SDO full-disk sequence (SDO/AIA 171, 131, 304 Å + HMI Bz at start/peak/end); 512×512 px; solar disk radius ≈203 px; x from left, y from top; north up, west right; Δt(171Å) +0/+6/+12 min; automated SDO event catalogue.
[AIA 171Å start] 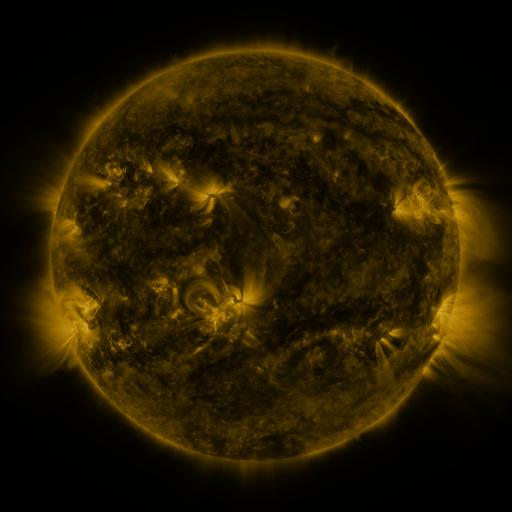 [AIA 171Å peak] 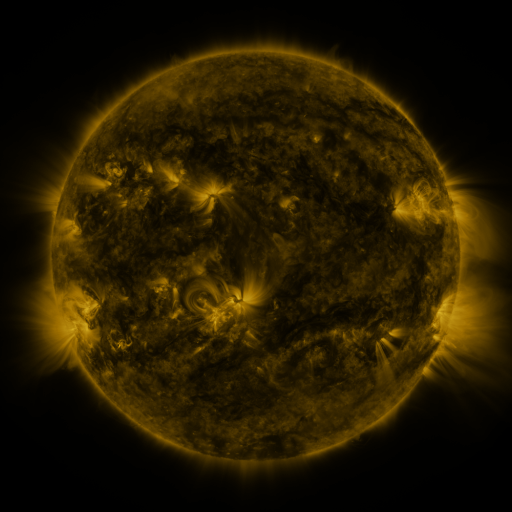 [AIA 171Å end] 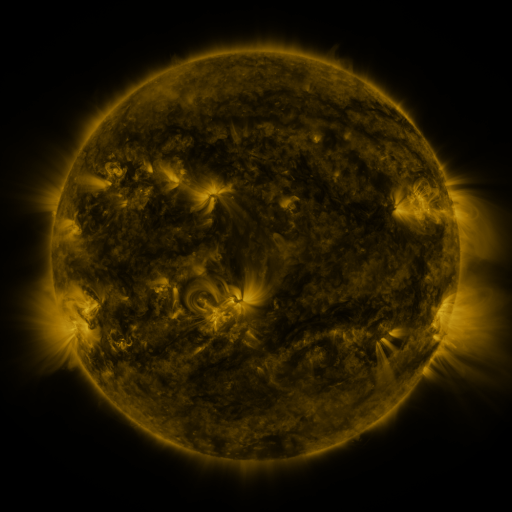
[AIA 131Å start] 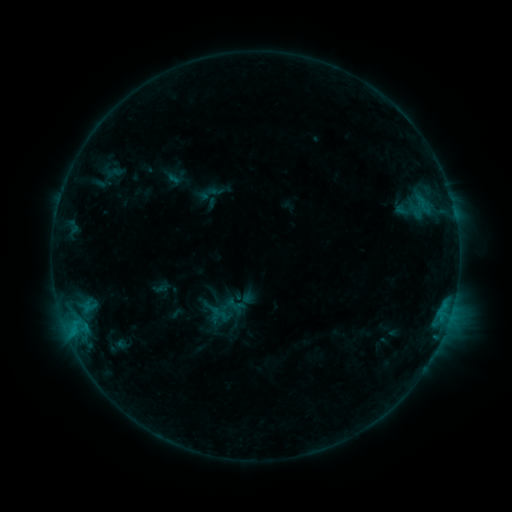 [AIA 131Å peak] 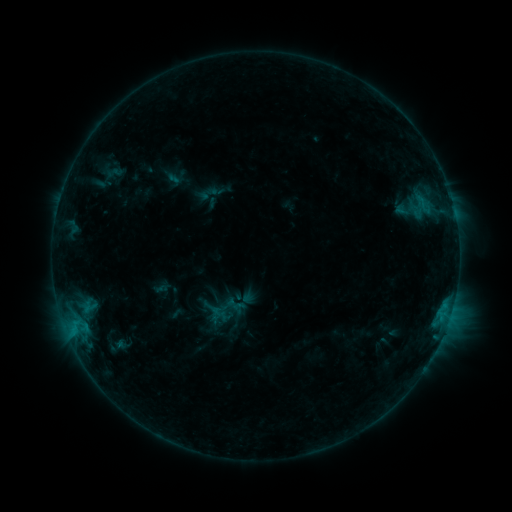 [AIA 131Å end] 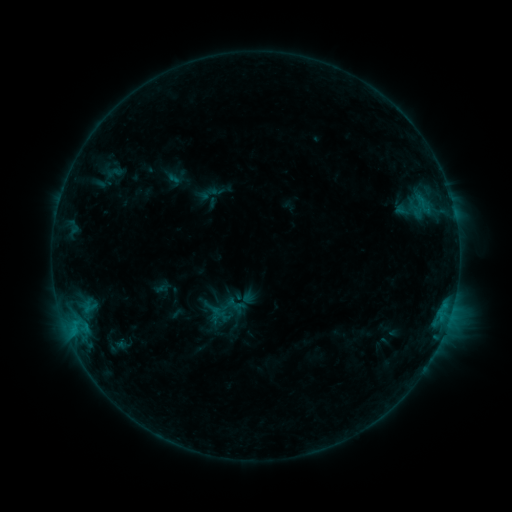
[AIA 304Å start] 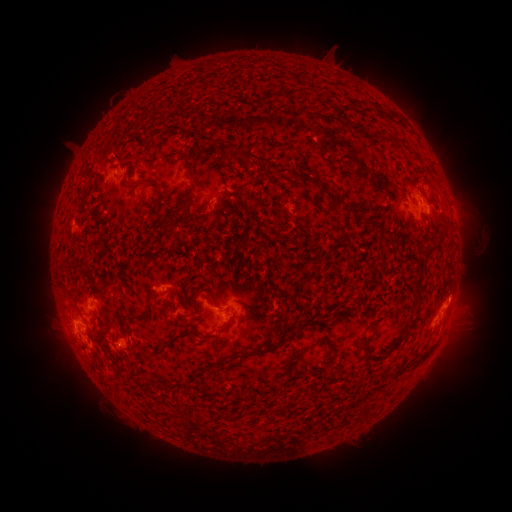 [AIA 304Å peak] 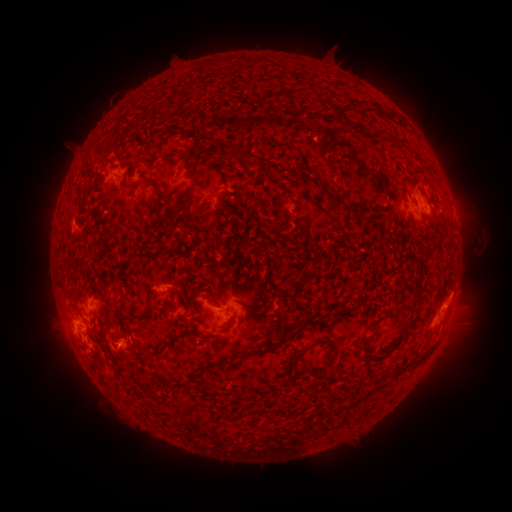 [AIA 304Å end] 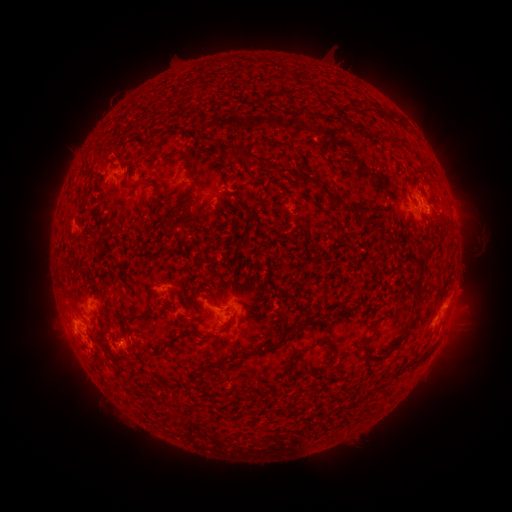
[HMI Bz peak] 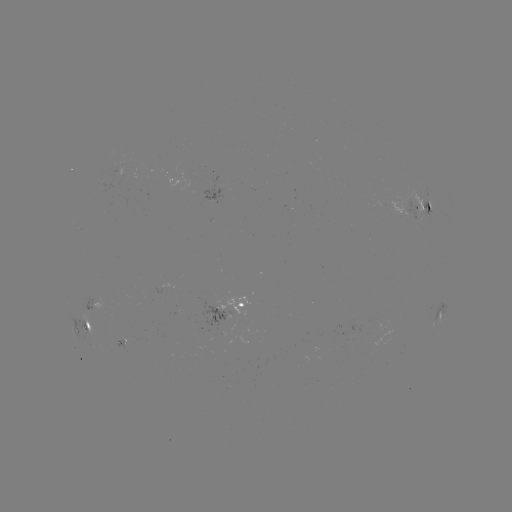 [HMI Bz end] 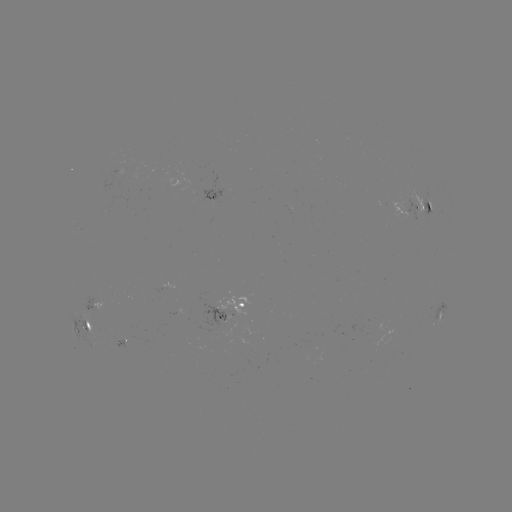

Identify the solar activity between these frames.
eruption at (461, 289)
